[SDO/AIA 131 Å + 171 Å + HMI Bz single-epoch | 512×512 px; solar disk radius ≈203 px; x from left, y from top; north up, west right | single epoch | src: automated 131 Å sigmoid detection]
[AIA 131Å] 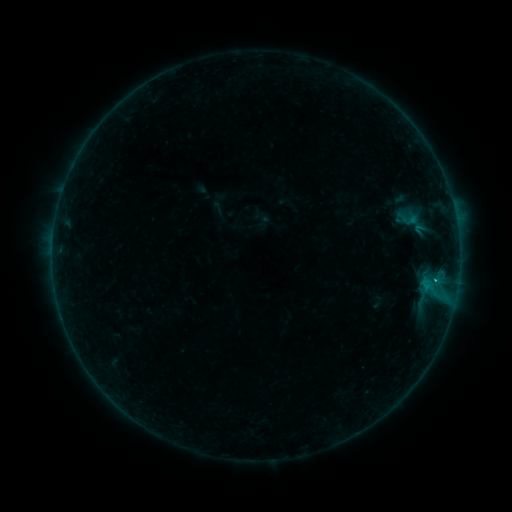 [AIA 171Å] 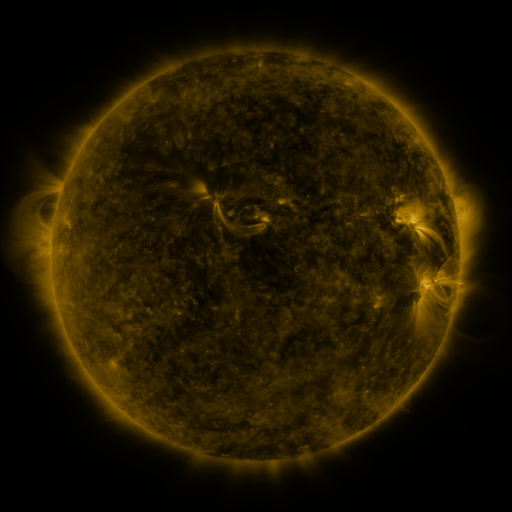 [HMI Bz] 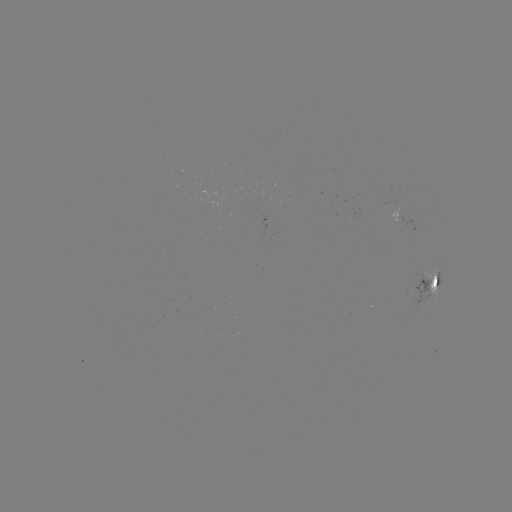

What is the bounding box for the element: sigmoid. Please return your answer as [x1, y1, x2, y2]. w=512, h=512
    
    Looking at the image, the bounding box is [396, 210, 421, 229].